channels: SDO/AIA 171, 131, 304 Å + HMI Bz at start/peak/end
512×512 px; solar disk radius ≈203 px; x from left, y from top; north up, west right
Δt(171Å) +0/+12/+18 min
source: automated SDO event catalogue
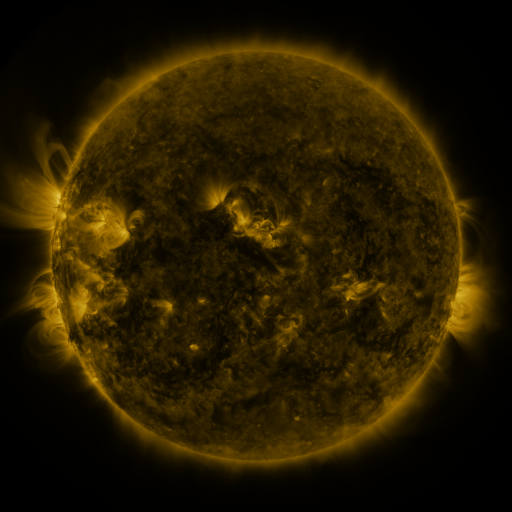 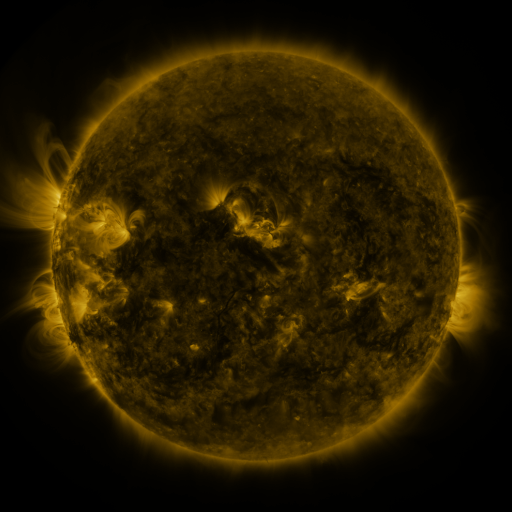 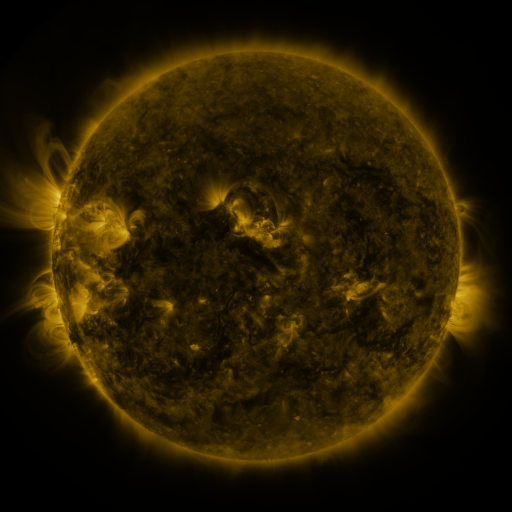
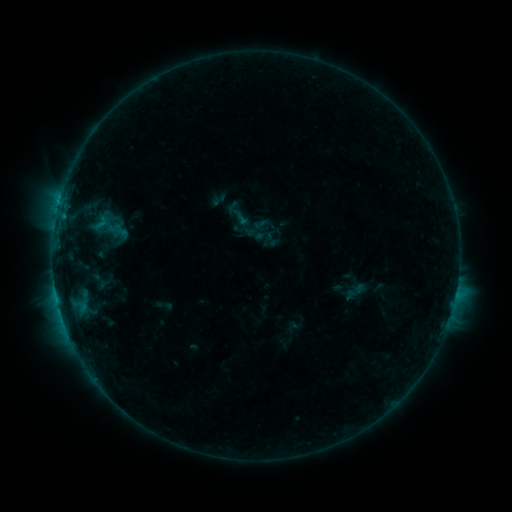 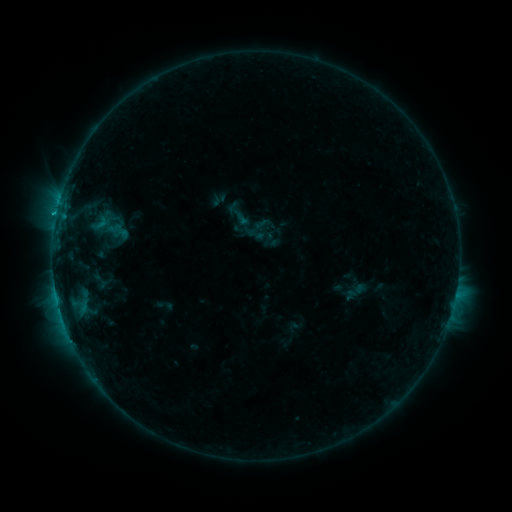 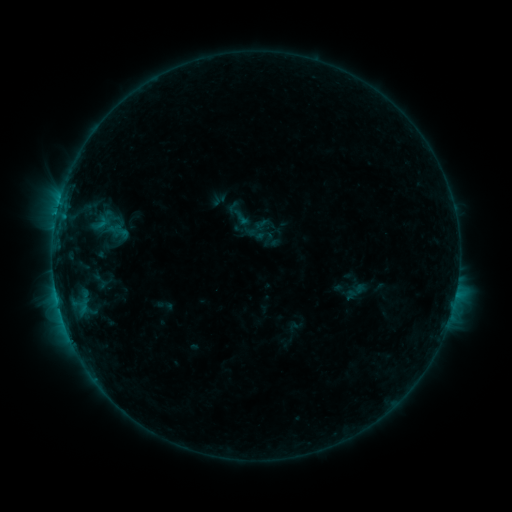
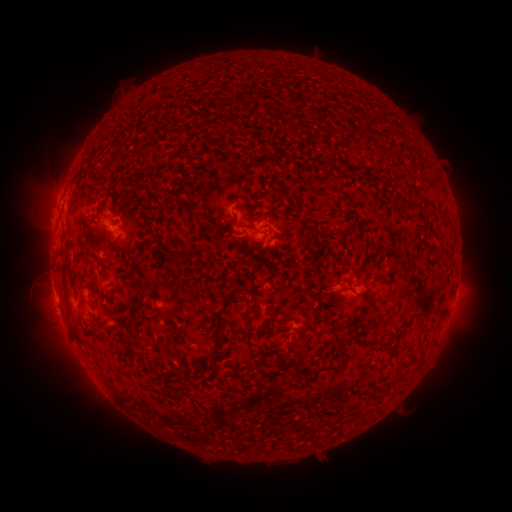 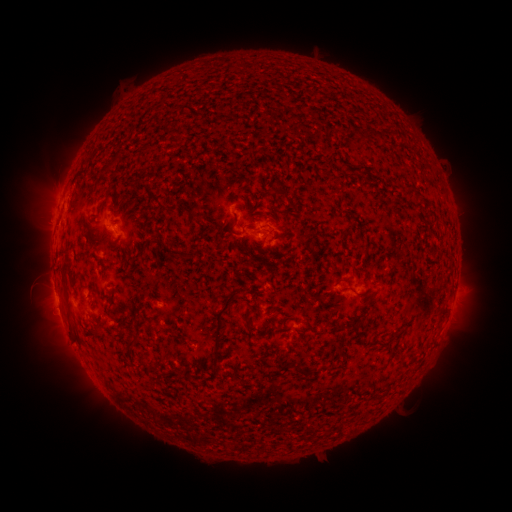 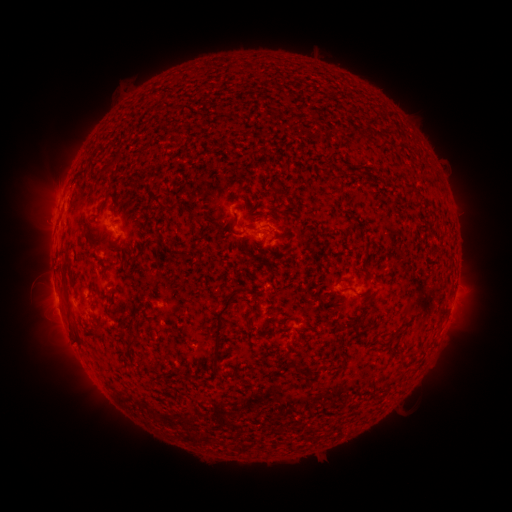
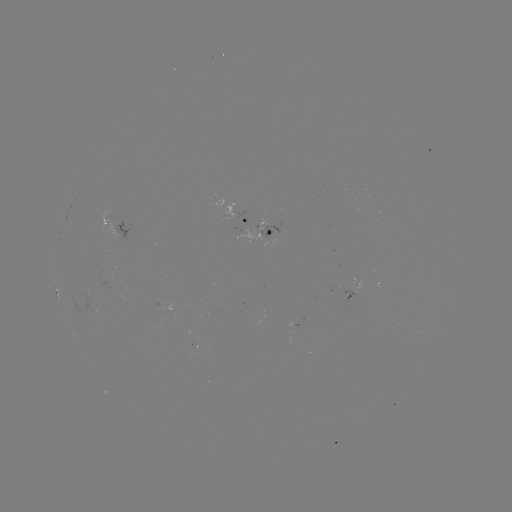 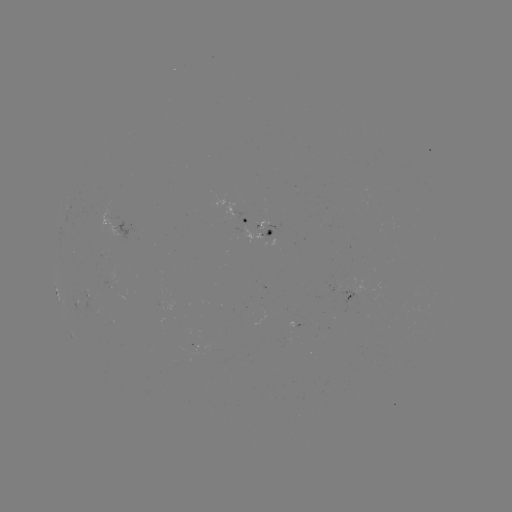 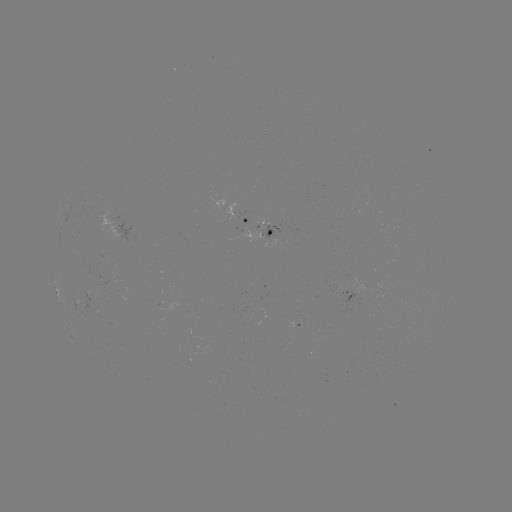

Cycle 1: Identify C1.2 flare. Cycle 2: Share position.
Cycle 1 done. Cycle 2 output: [56, 217].